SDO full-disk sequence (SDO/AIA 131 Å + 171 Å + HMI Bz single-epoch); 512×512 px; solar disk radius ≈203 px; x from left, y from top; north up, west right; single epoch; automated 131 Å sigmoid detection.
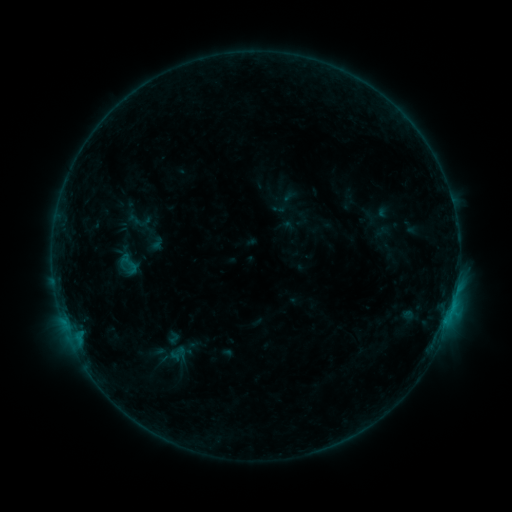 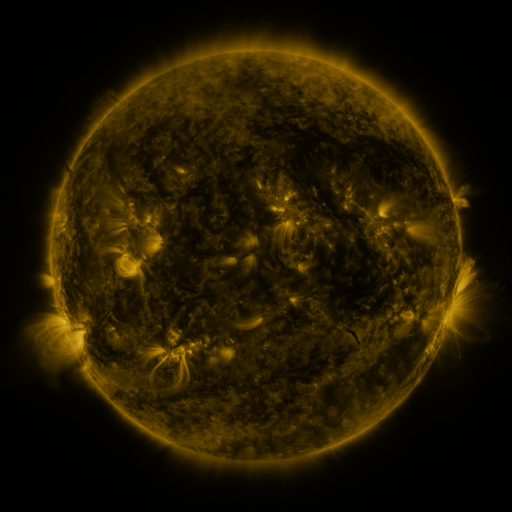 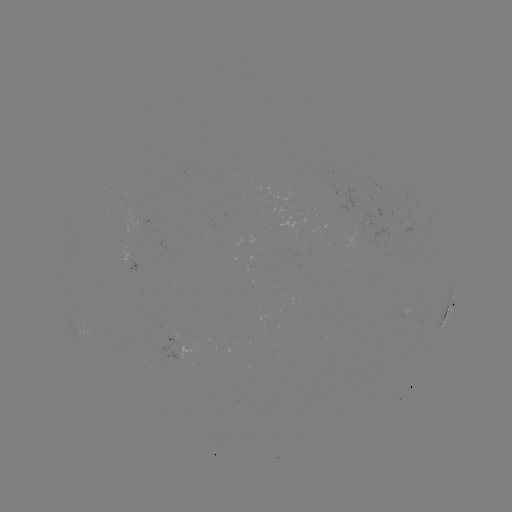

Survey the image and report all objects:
sigmoid: (128, 264)
